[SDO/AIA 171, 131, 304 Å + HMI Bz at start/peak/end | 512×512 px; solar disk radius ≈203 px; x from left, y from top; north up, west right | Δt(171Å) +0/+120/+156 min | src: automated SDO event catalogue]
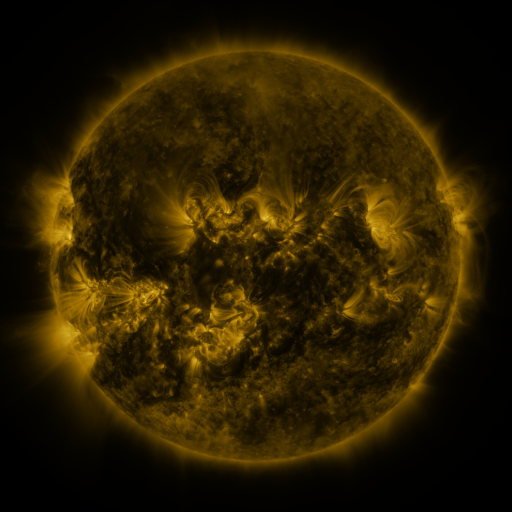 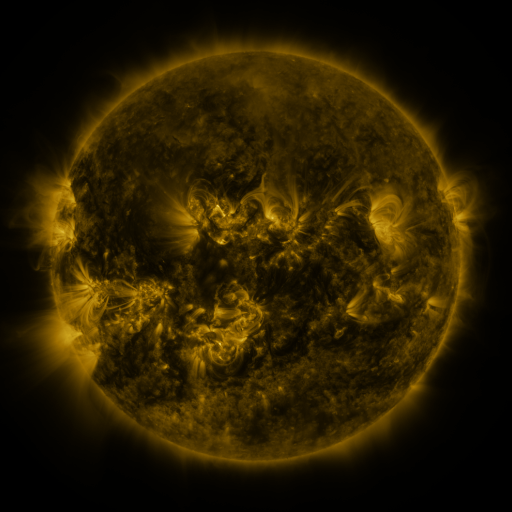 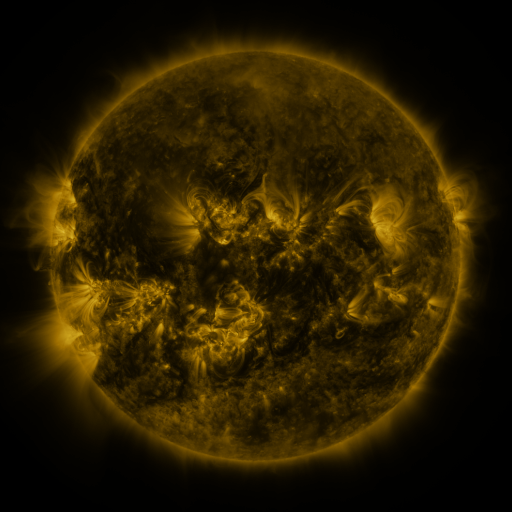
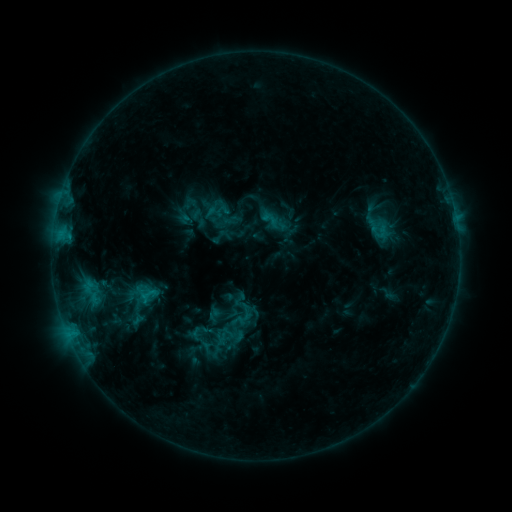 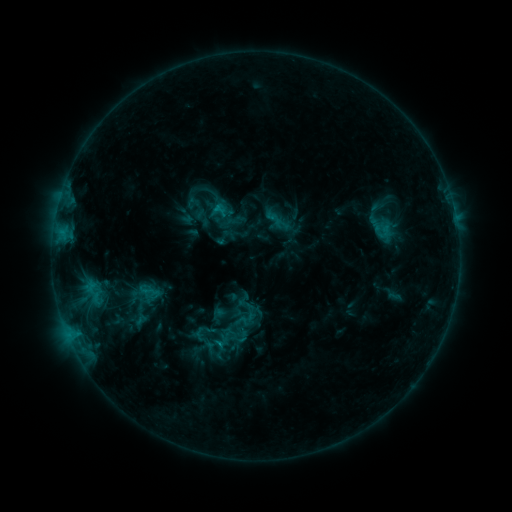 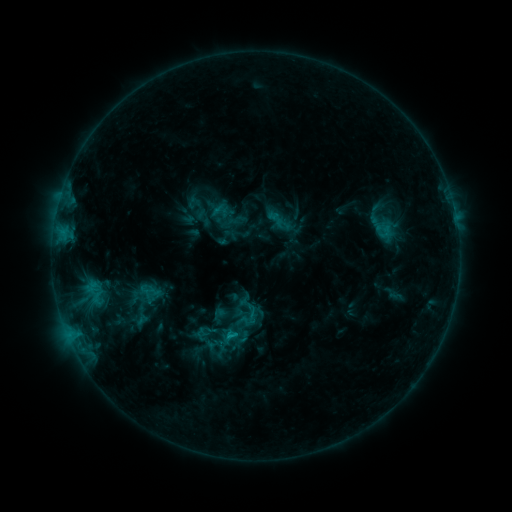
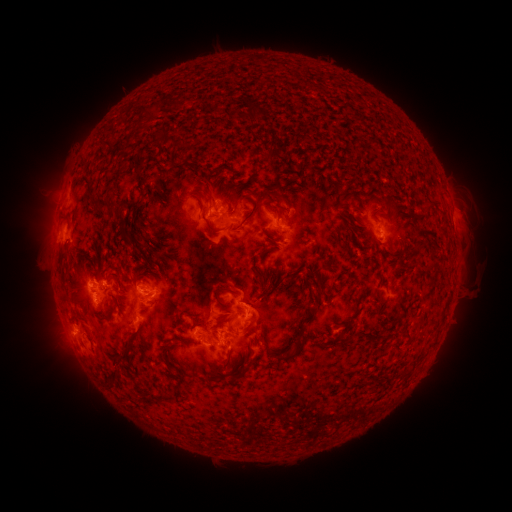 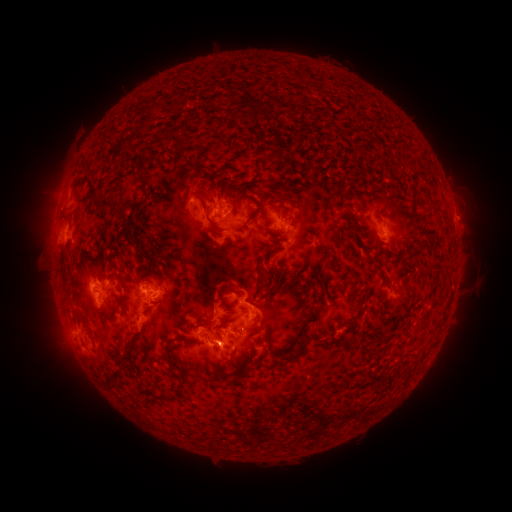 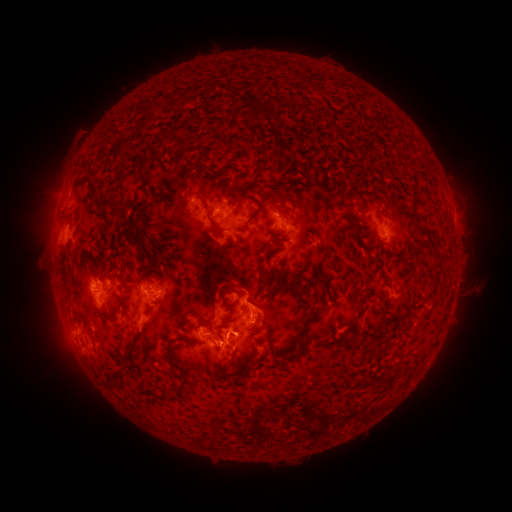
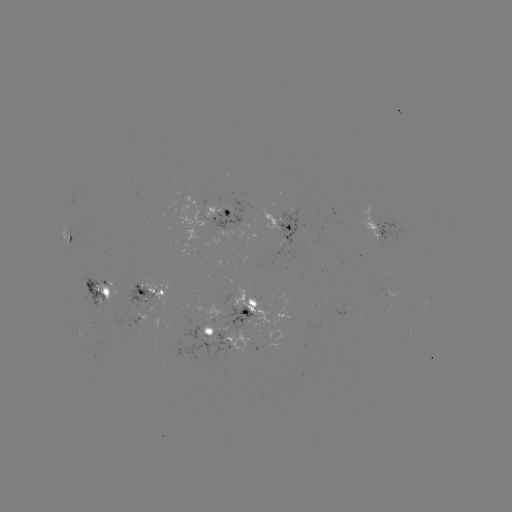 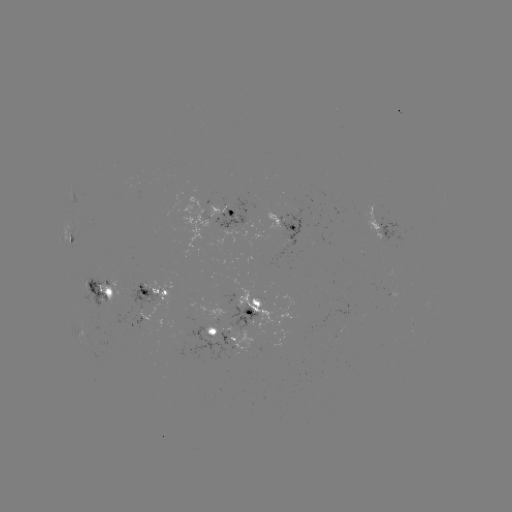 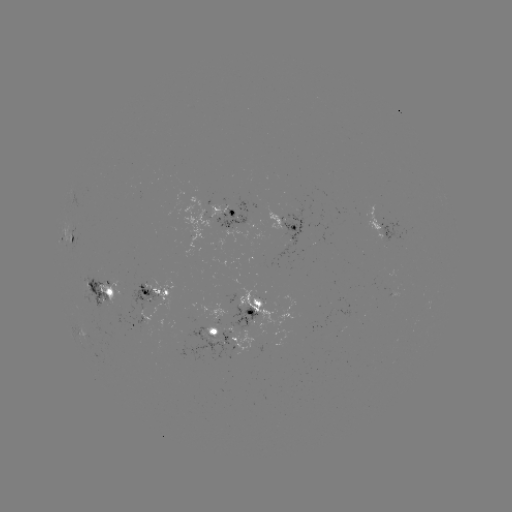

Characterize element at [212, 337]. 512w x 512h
emerging-flux region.